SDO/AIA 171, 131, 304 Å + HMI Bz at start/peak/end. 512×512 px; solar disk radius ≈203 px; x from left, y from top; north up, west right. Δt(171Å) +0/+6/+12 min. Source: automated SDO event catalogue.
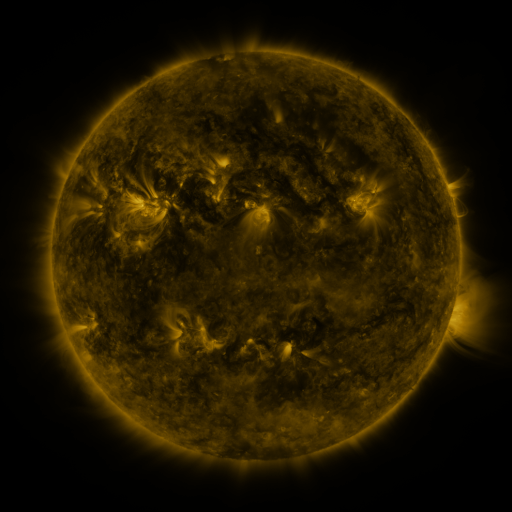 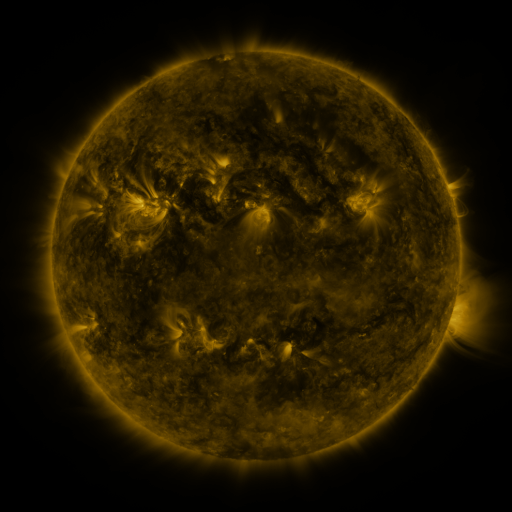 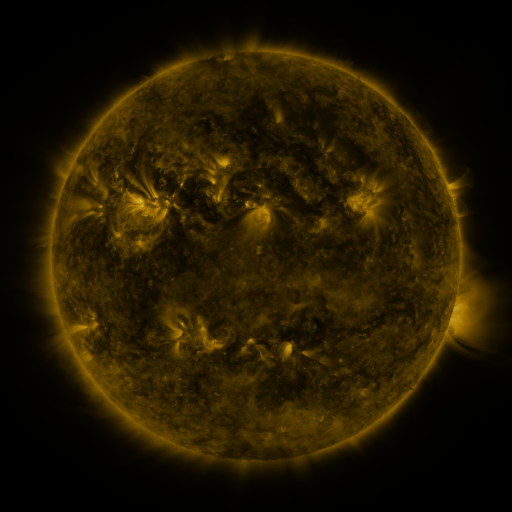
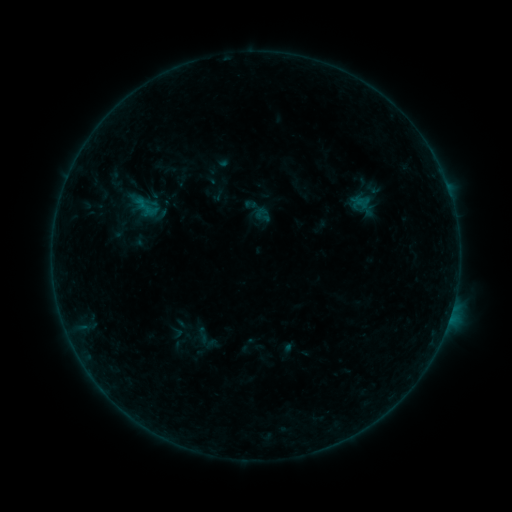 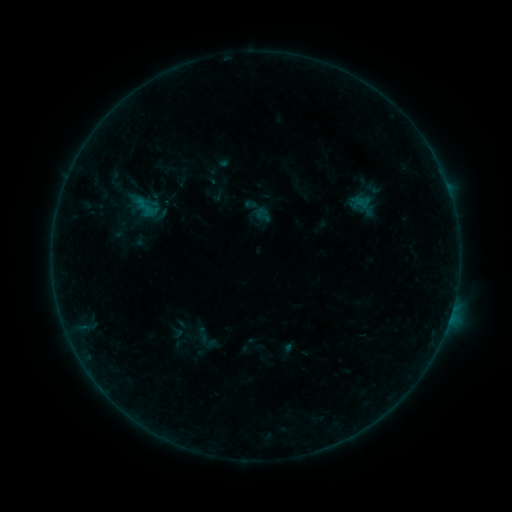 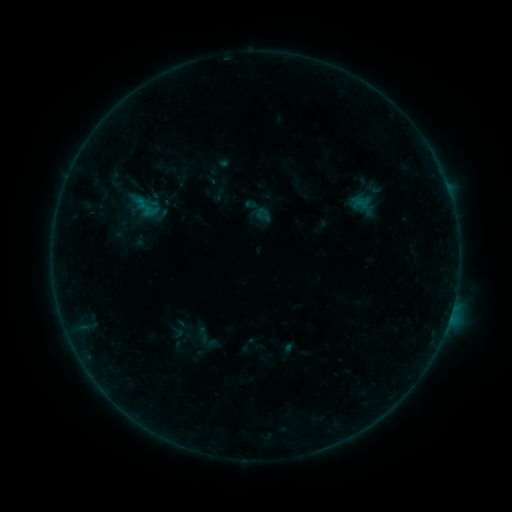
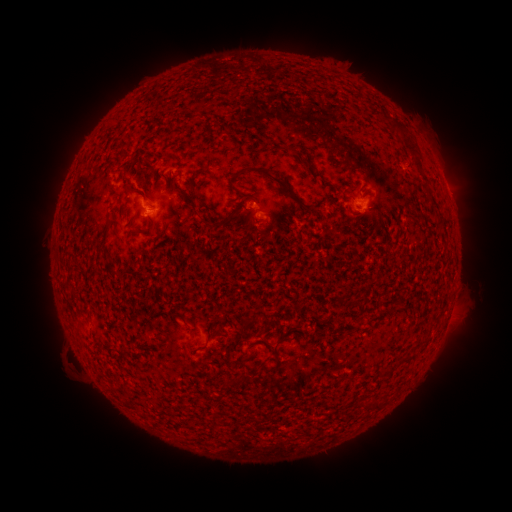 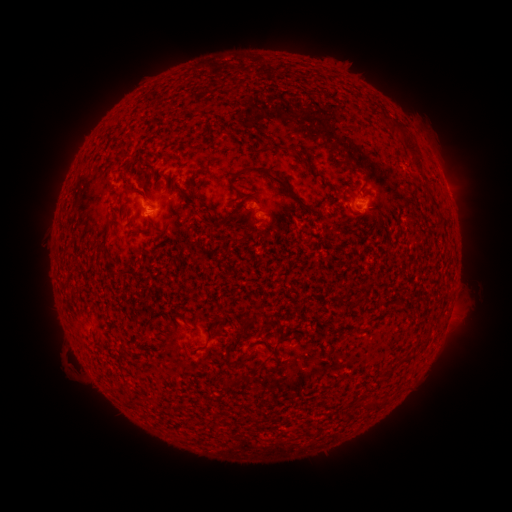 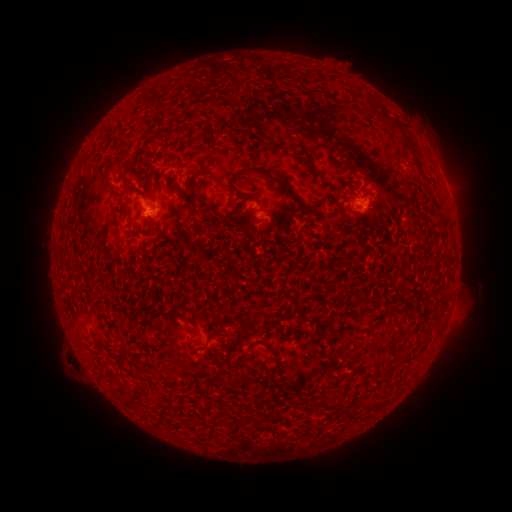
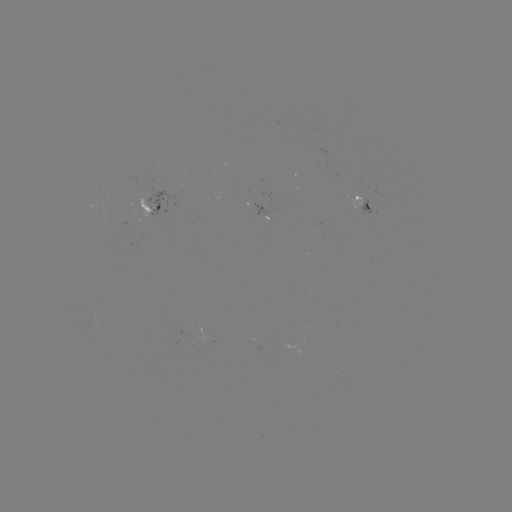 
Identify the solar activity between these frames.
B2.2 flare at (148, 214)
